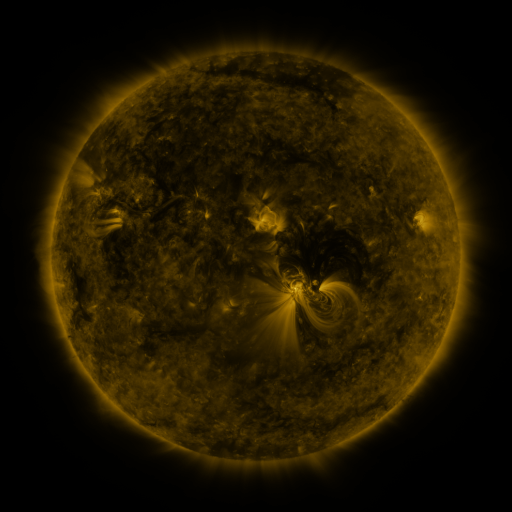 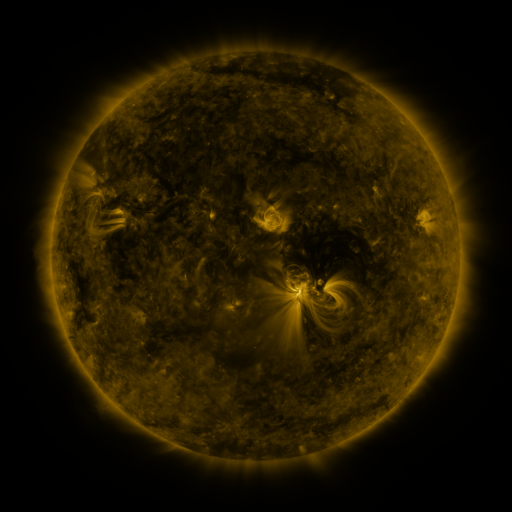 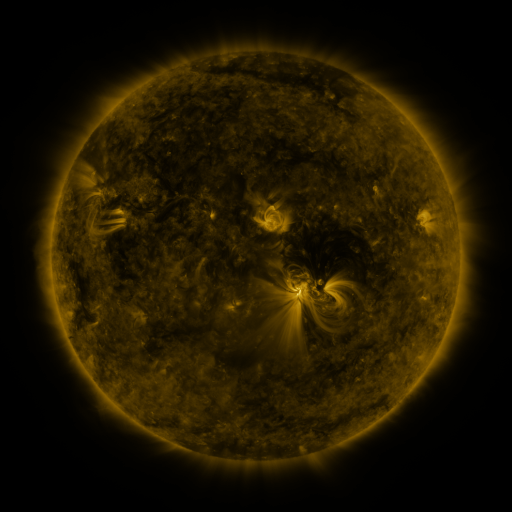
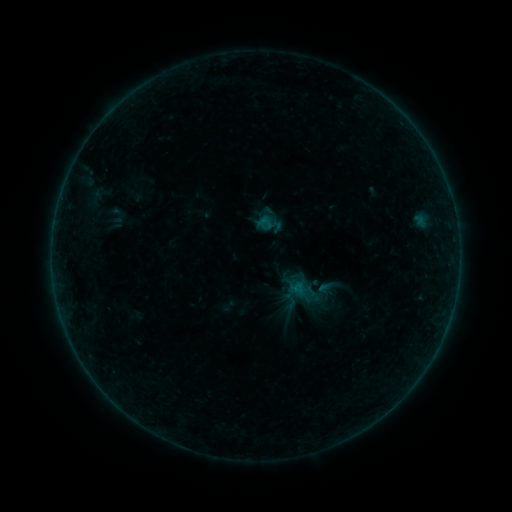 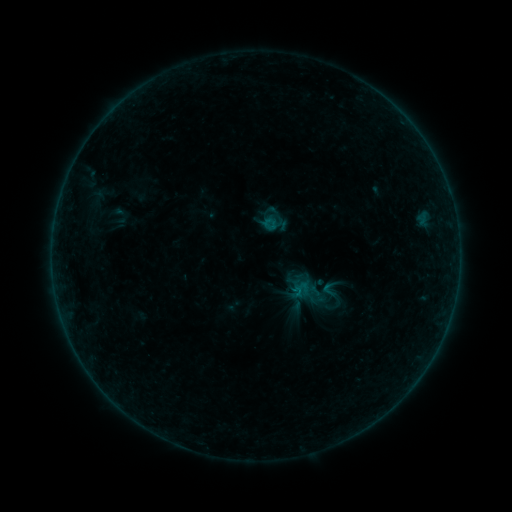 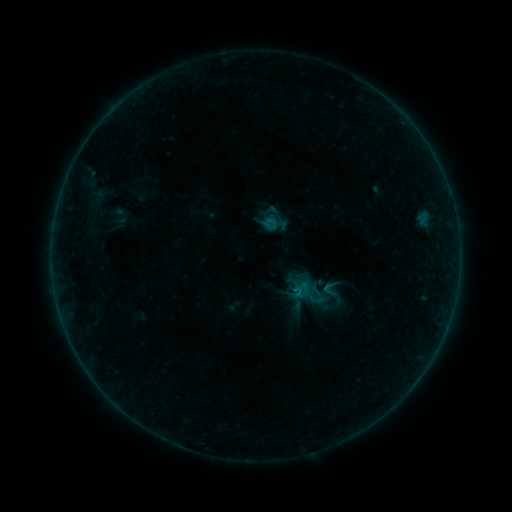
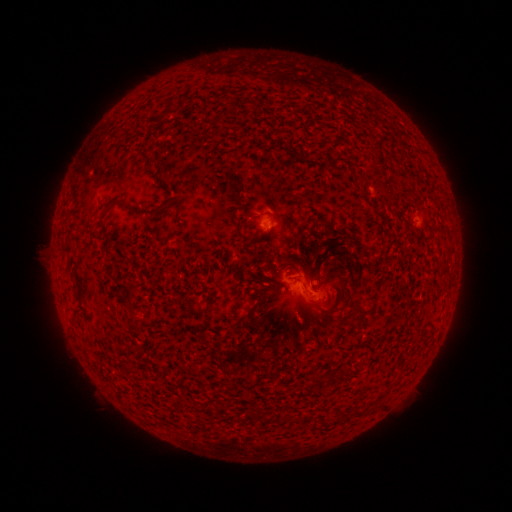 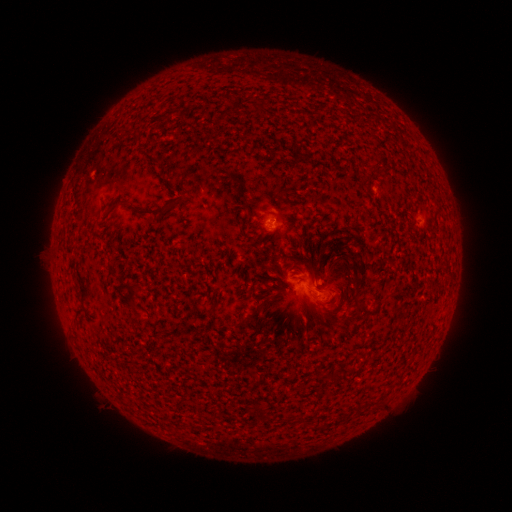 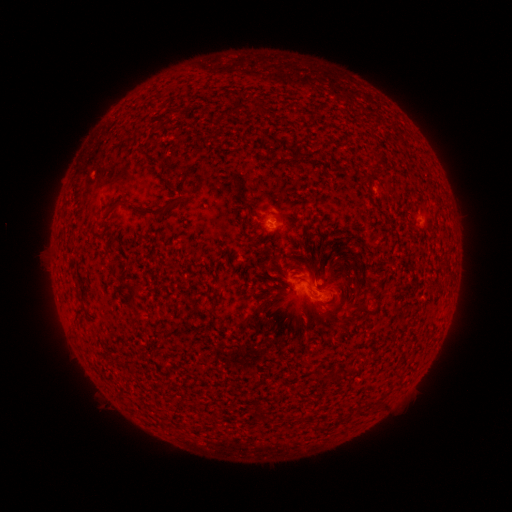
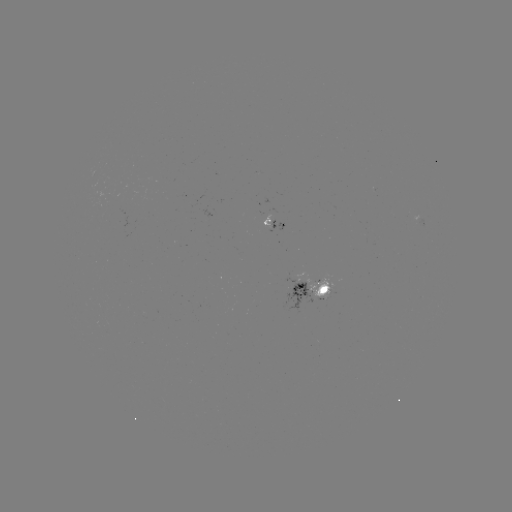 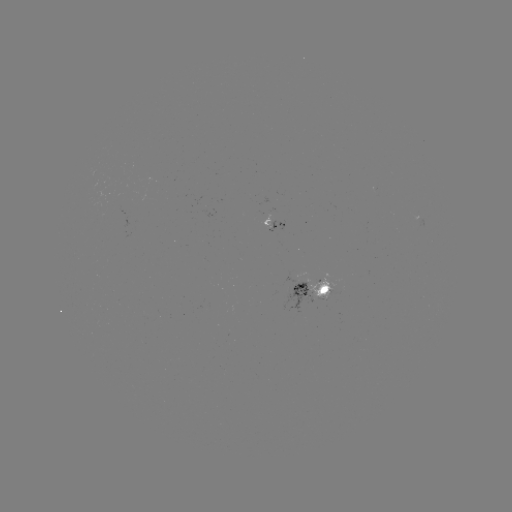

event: emerging-flux region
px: (274, 222)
